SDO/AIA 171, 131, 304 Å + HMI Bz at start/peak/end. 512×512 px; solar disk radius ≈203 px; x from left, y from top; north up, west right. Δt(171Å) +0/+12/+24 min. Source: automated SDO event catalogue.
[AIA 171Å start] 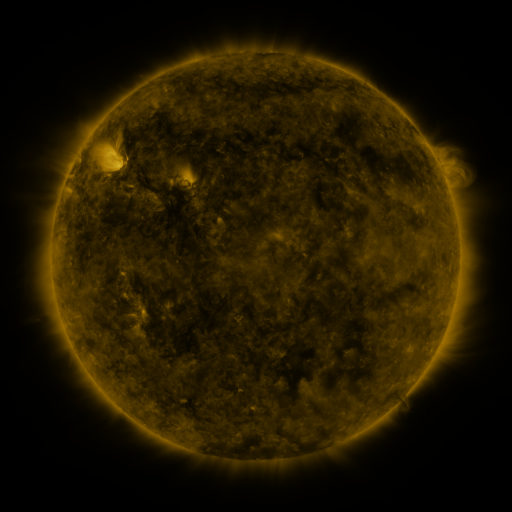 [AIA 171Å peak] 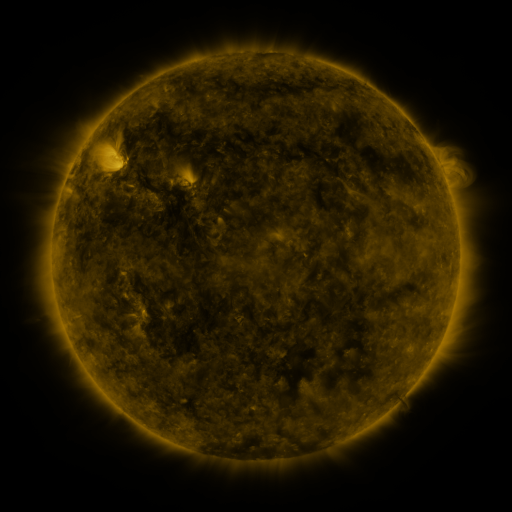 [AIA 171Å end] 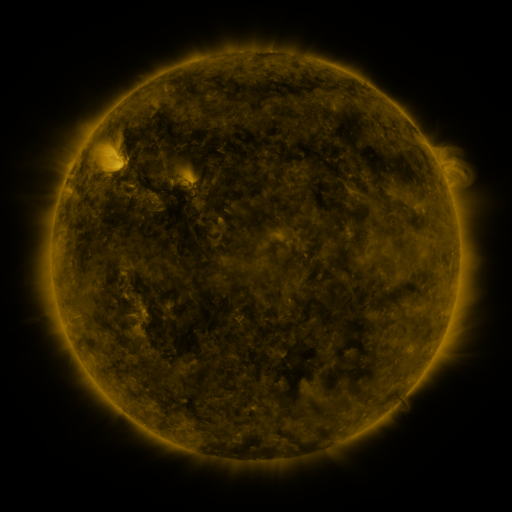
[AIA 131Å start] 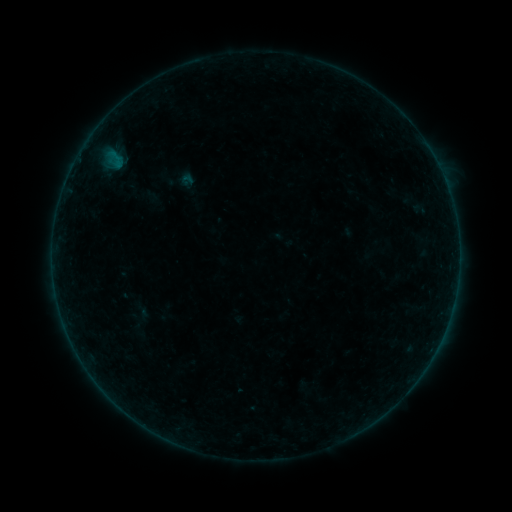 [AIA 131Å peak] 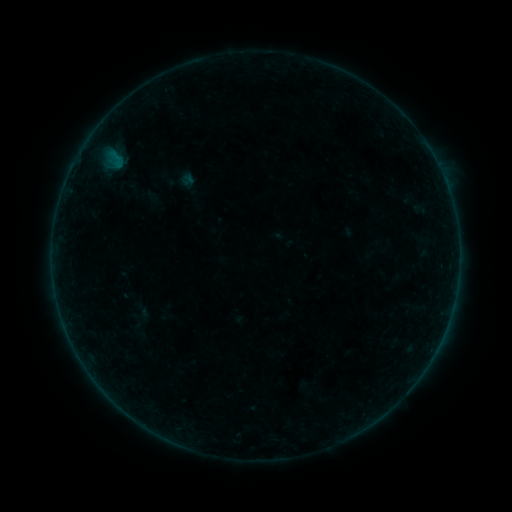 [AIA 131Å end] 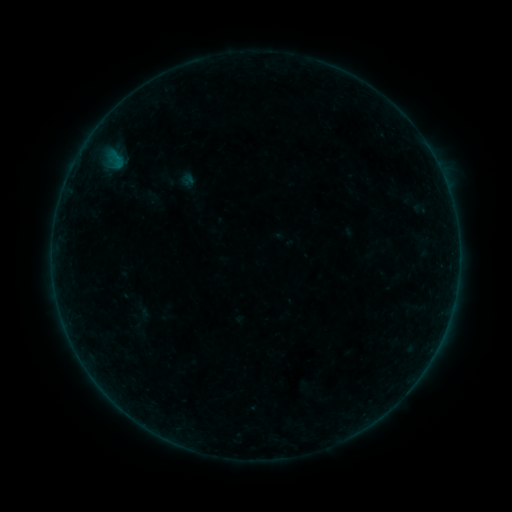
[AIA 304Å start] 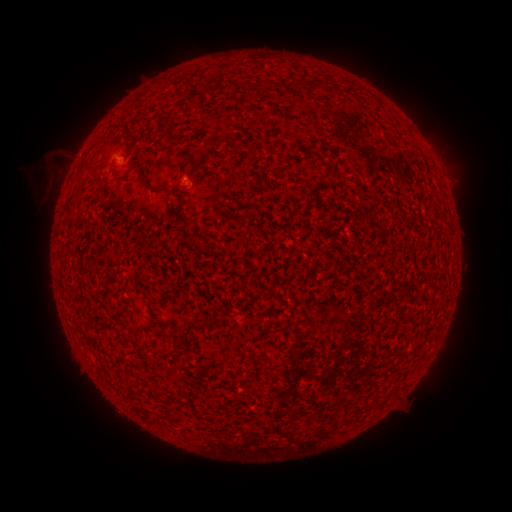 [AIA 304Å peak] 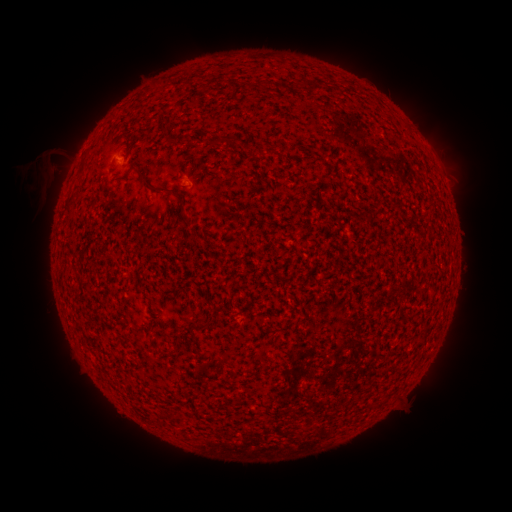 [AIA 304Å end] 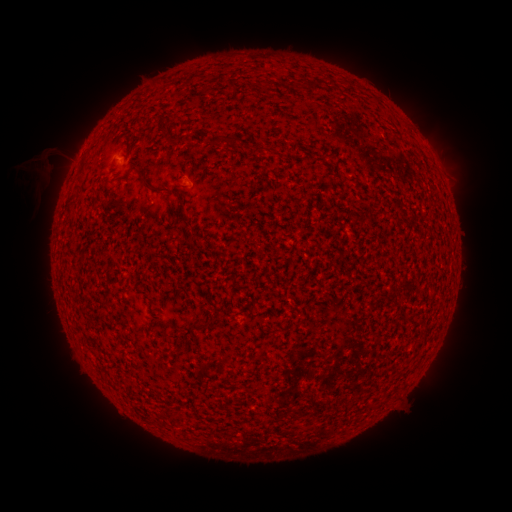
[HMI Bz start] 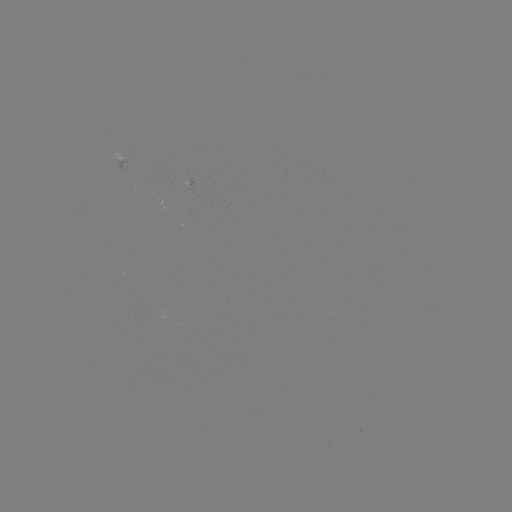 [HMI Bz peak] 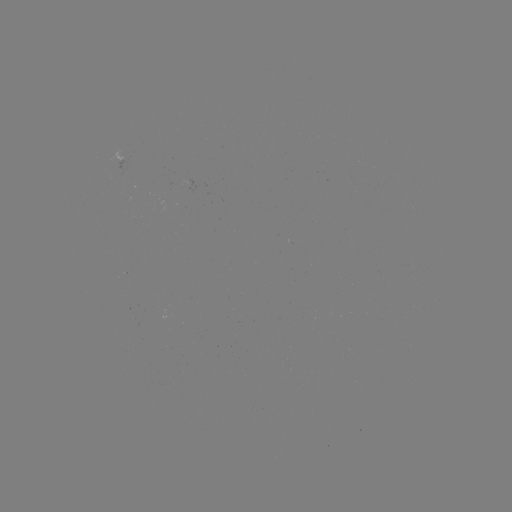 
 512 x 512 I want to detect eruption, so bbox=[15, 160, 56, 200].